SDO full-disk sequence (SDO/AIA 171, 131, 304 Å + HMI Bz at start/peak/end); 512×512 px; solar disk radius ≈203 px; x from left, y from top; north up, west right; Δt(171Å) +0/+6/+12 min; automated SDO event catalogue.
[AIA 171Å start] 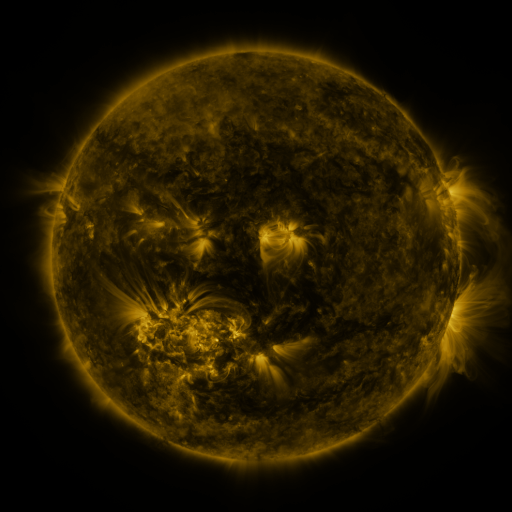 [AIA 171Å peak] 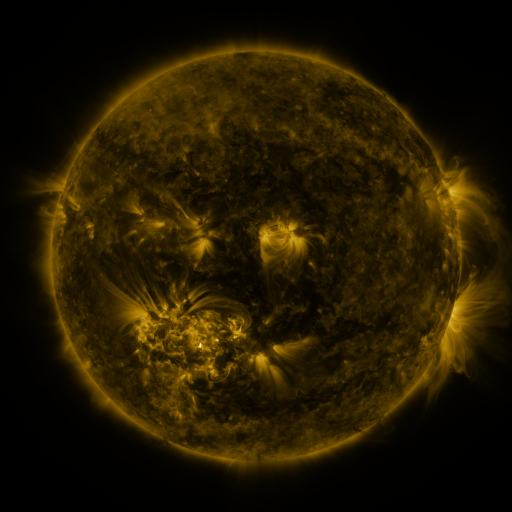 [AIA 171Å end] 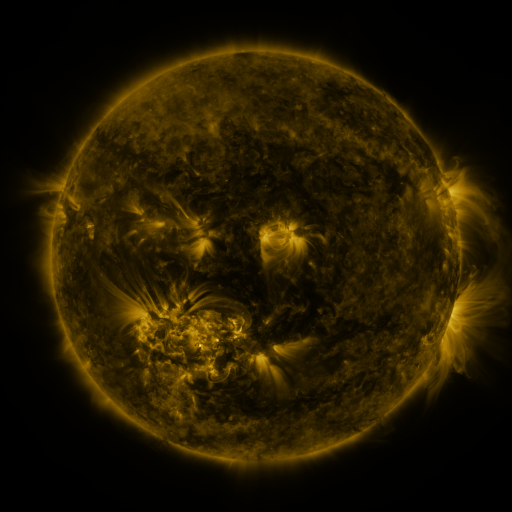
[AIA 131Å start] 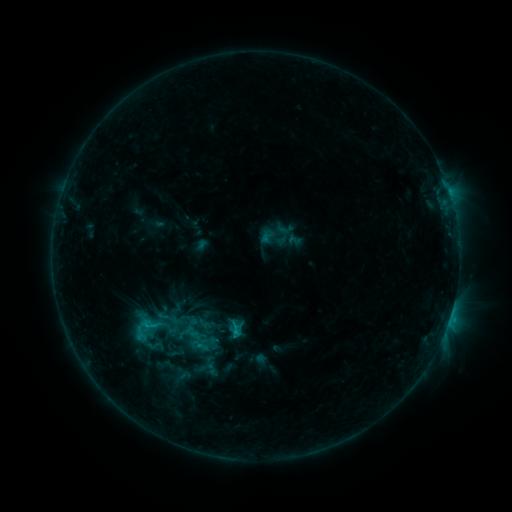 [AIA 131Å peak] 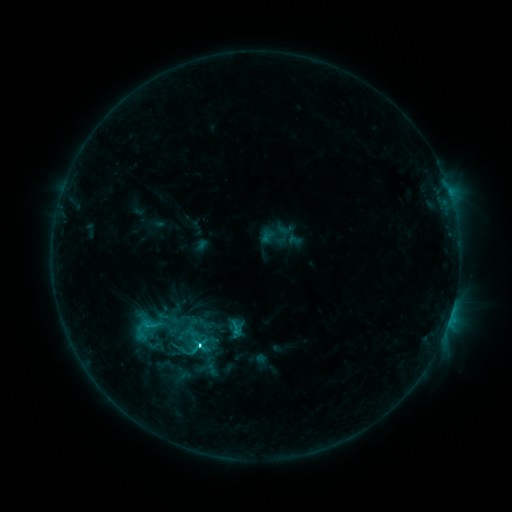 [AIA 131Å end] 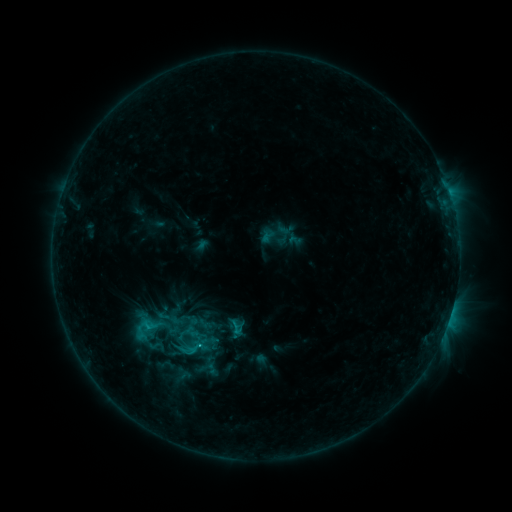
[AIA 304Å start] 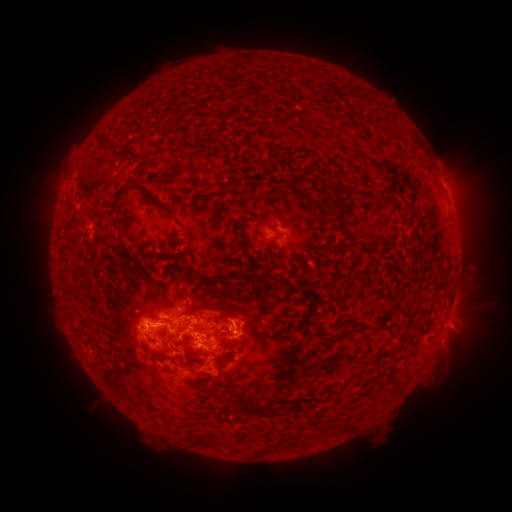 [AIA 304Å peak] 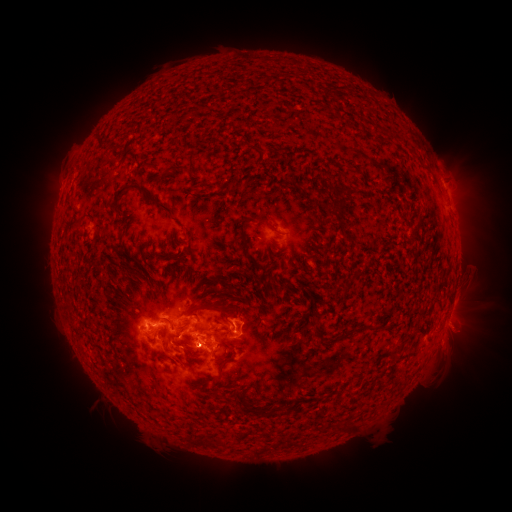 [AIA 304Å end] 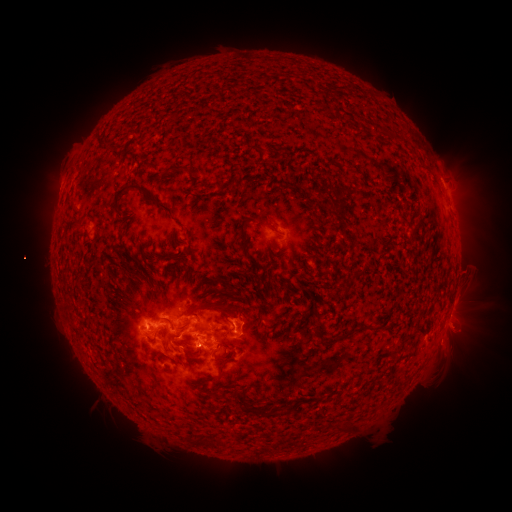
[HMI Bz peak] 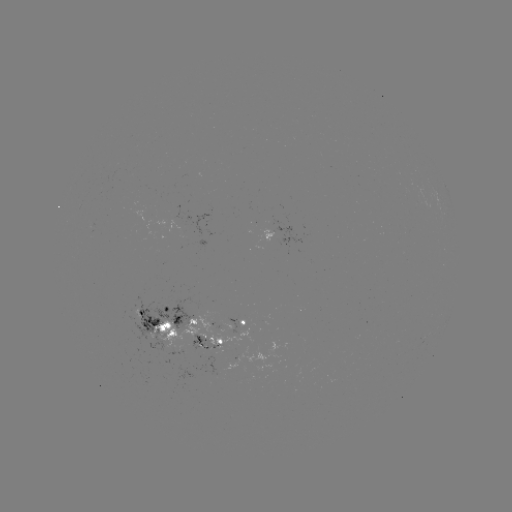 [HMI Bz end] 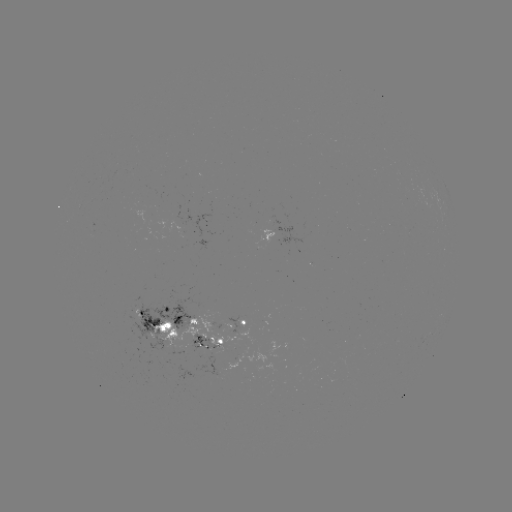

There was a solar flare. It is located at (200, 344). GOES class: C4.1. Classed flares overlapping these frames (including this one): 1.